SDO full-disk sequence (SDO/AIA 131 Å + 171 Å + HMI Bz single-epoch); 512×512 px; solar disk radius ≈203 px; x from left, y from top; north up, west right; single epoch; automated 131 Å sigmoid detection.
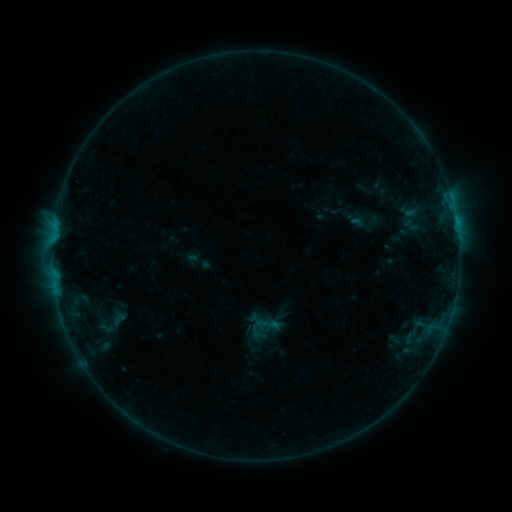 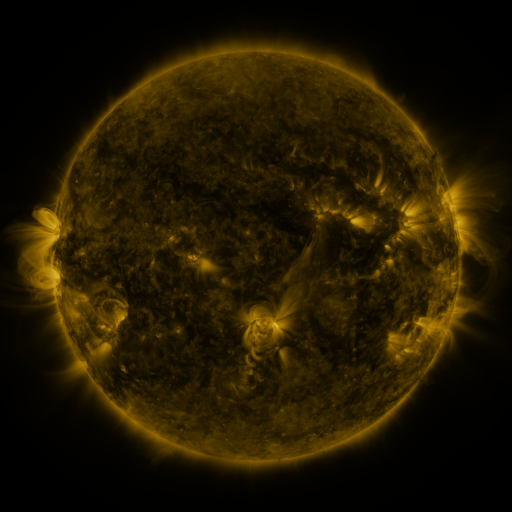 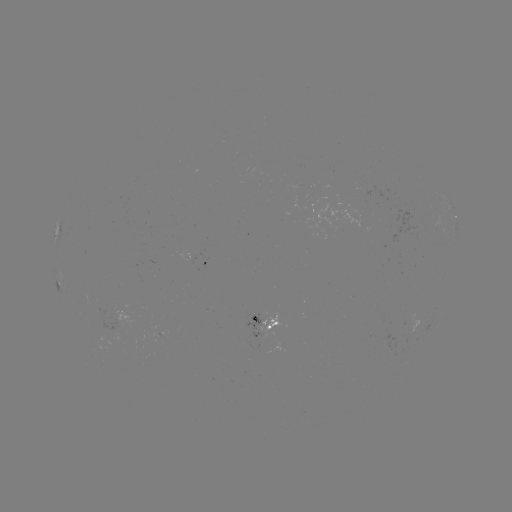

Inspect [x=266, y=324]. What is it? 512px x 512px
sigmoid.